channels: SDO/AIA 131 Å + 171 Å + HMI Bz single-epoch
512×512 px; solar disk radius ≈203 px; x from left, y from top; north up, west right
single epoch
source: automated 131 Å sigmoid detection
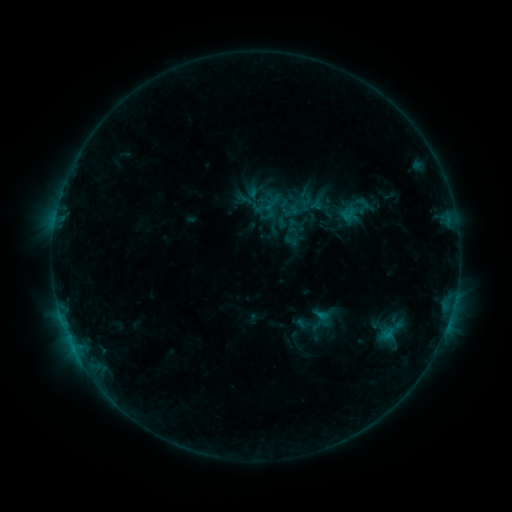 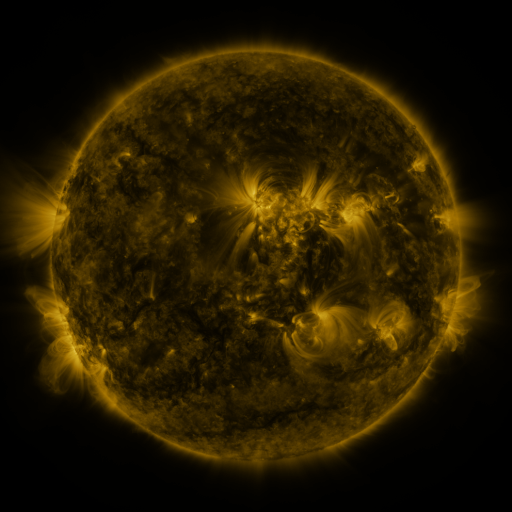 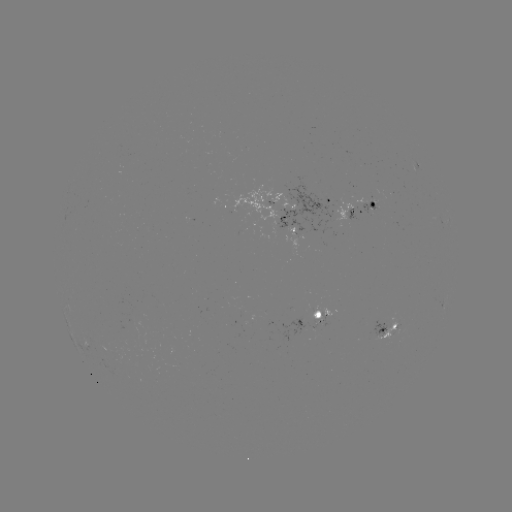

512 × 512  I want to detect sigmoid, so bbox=[330, 189, 382, 231].